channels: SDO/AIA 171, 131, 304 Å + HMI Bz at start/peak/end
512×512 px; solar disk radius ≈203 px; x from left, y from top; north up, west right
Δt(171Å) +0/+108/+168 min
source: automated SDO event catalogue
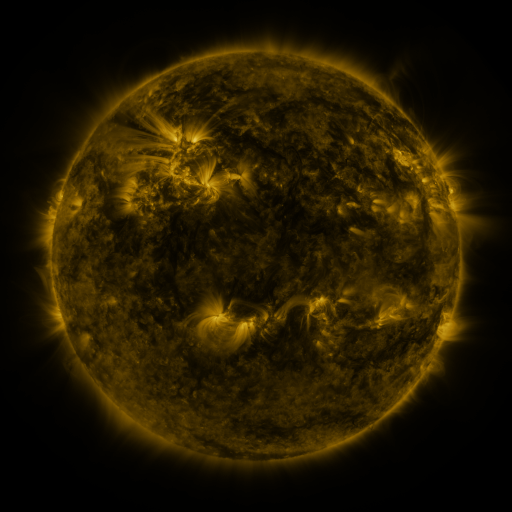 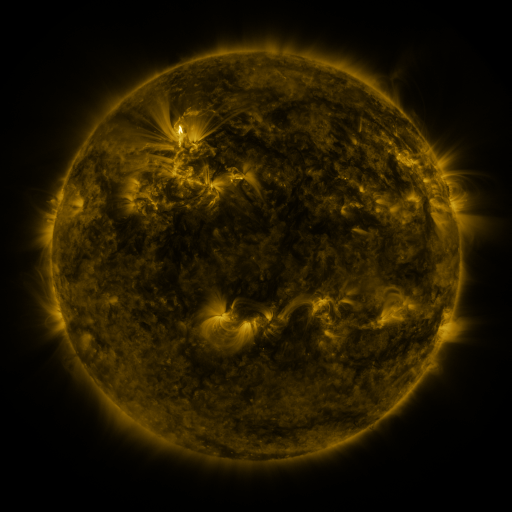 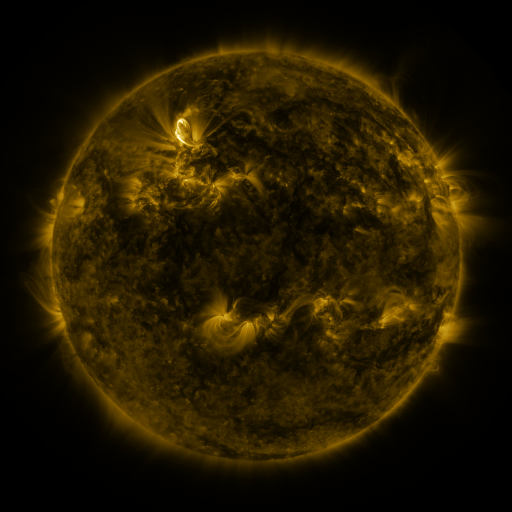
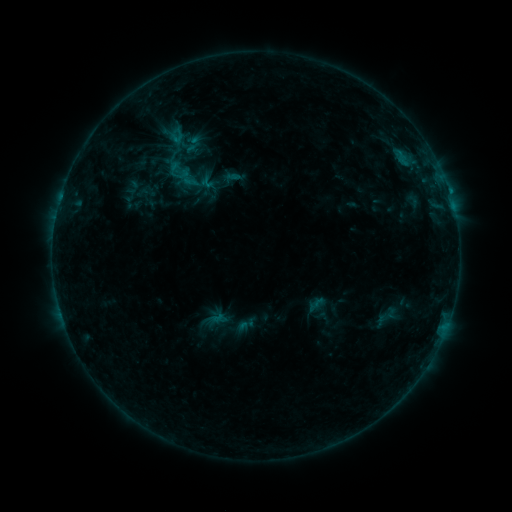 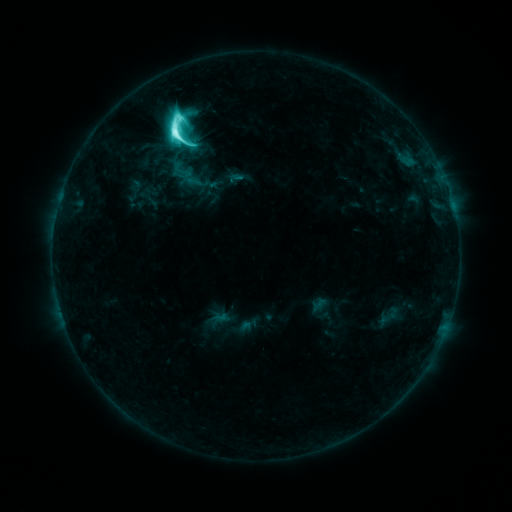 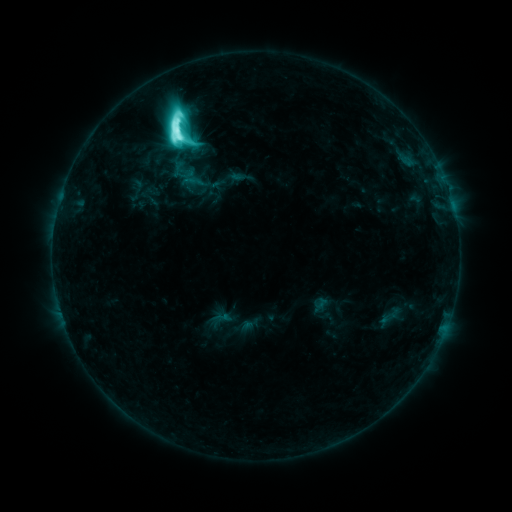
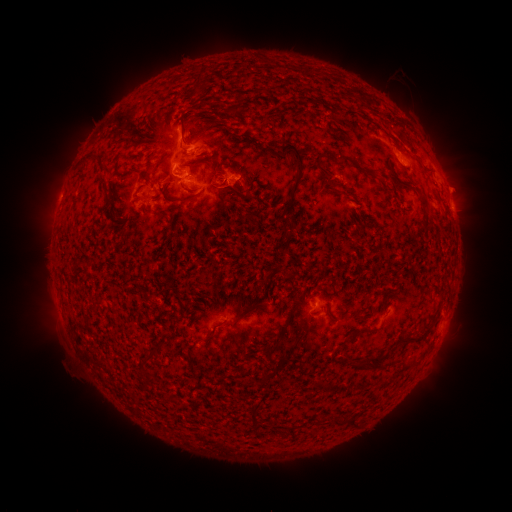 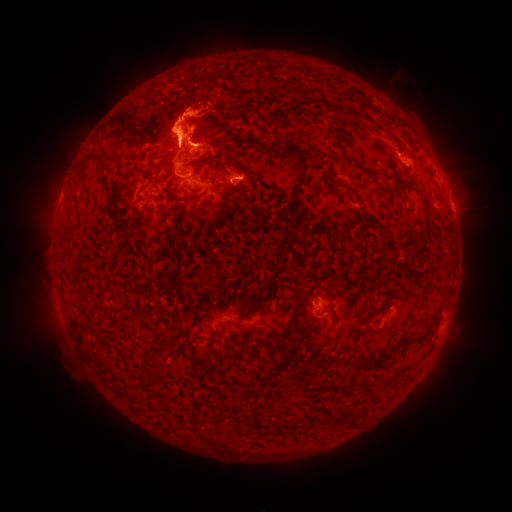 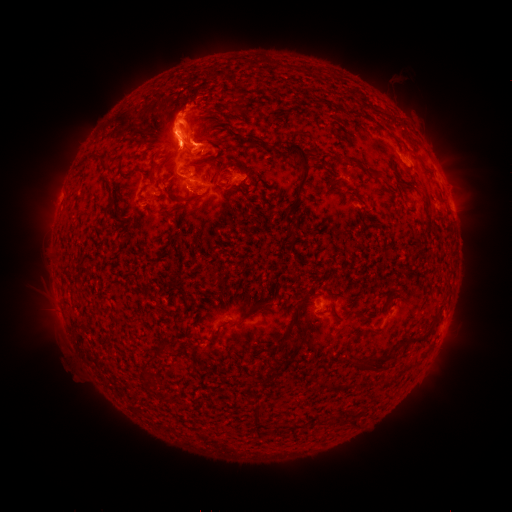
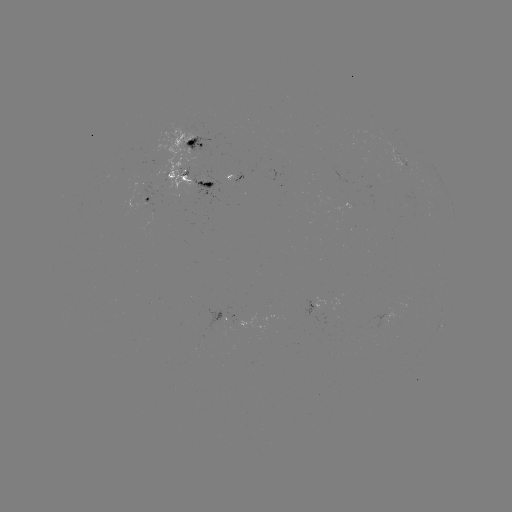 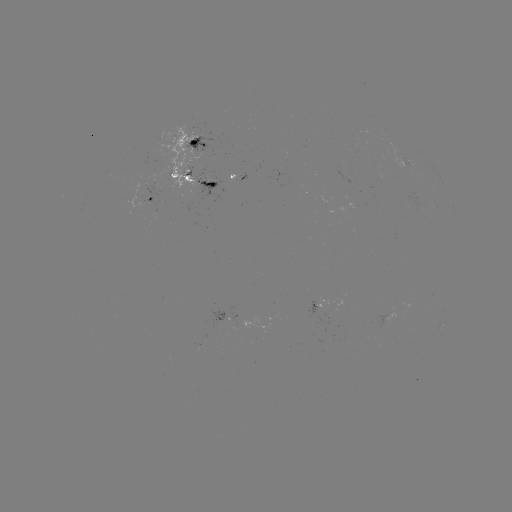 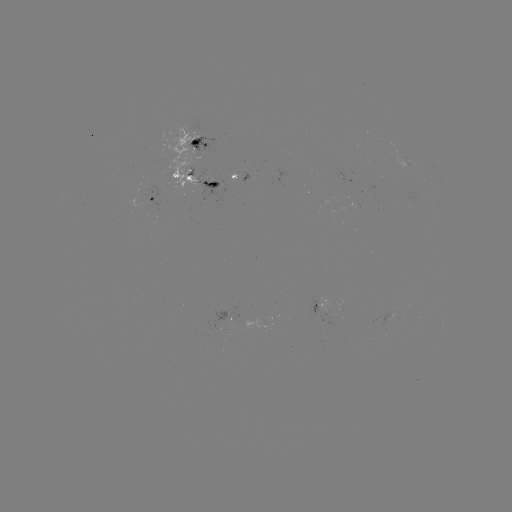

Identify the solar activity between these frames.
M3.2 flare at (177, 135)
